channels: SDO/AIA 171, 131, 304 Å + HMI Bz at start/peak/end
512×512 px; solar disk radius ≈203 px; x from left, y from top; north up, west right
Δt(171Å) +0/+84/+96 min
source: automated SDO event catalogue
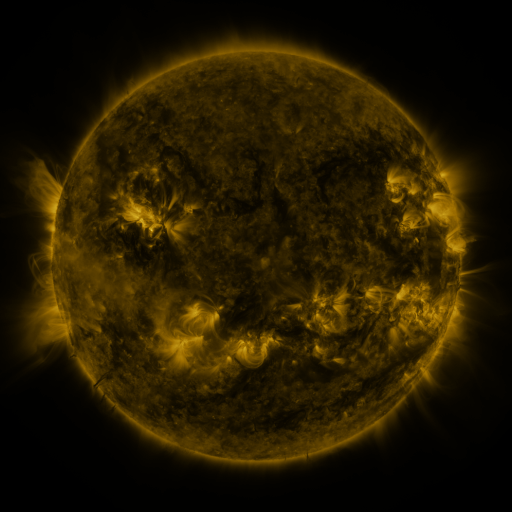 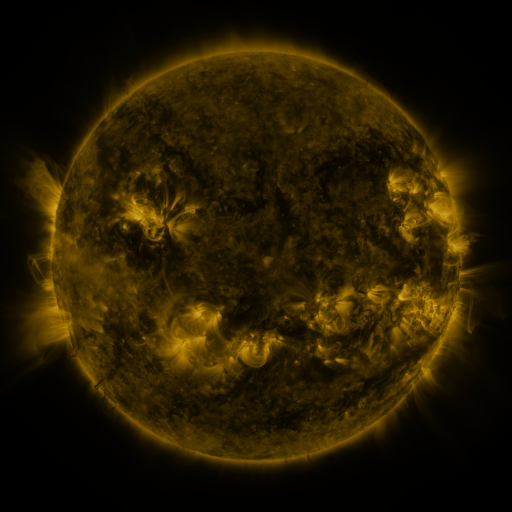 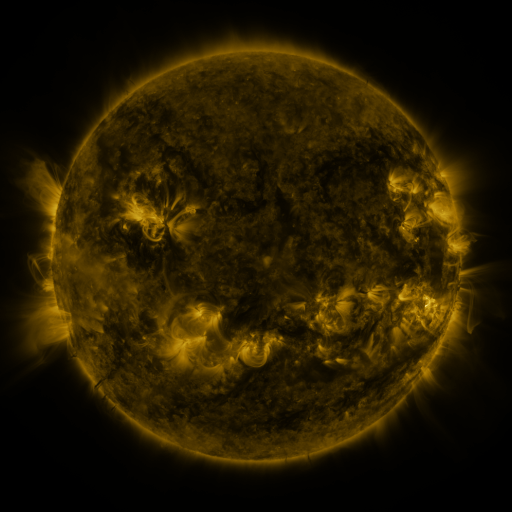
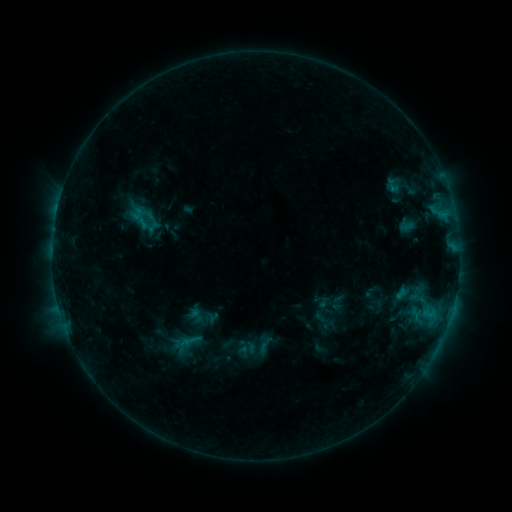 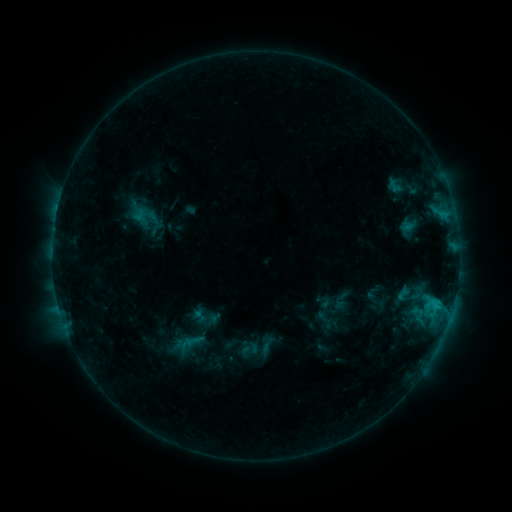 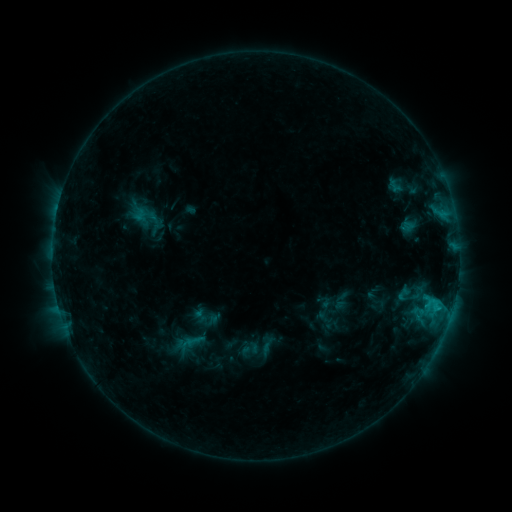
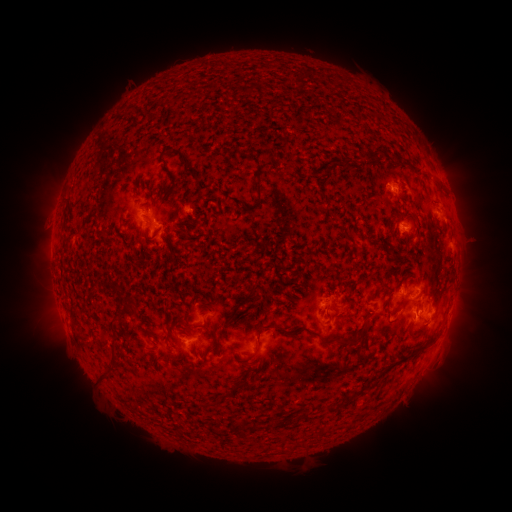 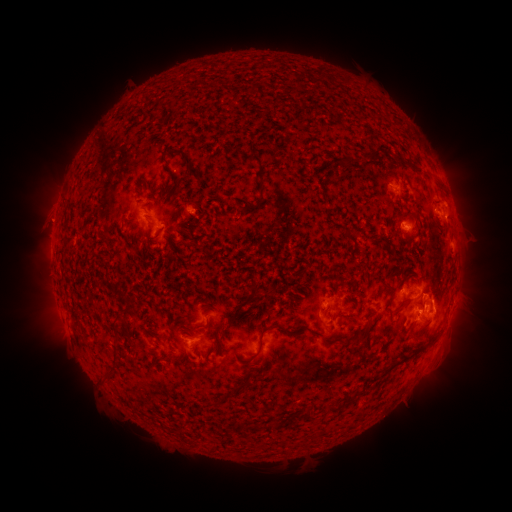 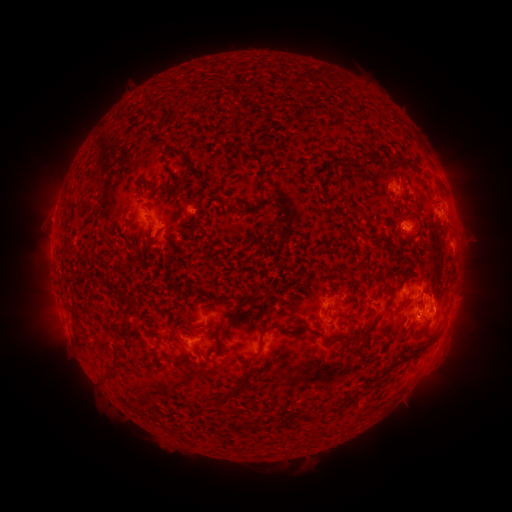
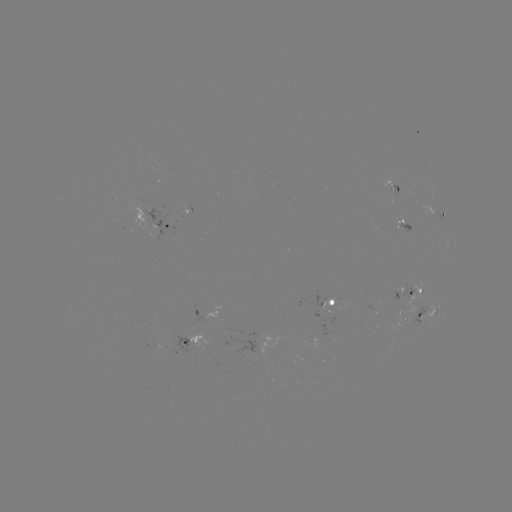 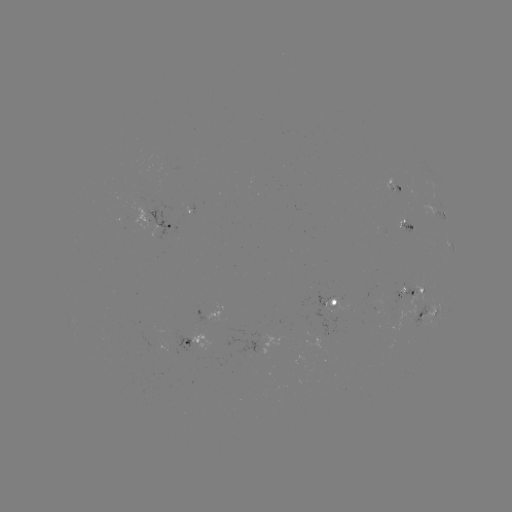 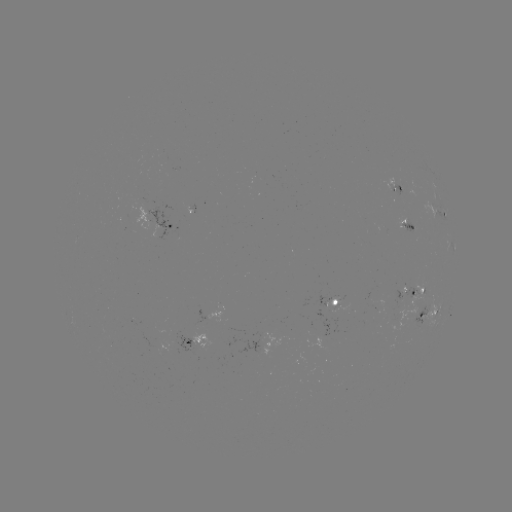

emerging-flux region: <bbox>399, 220, 414, 233</bbox>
